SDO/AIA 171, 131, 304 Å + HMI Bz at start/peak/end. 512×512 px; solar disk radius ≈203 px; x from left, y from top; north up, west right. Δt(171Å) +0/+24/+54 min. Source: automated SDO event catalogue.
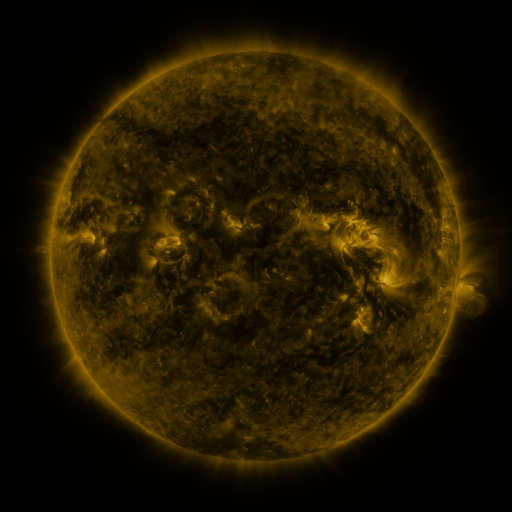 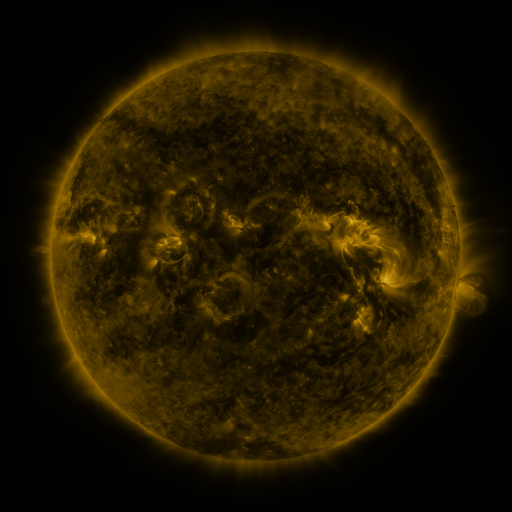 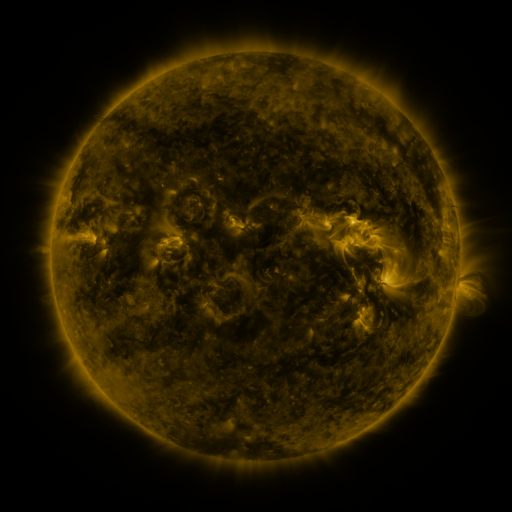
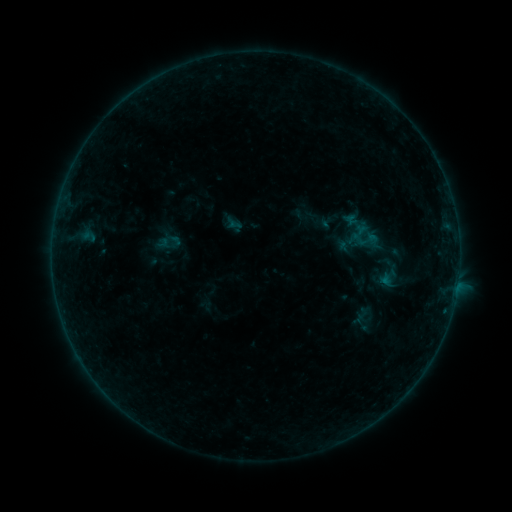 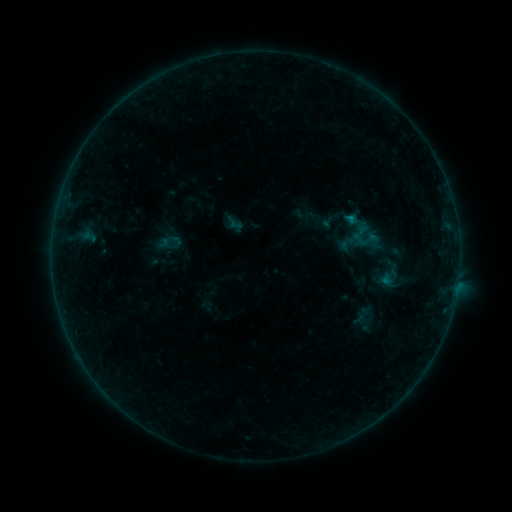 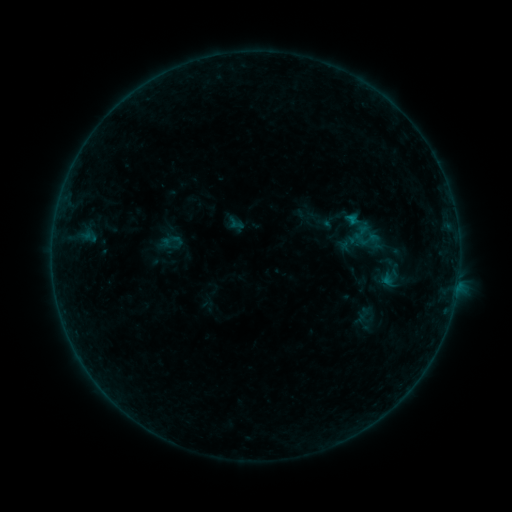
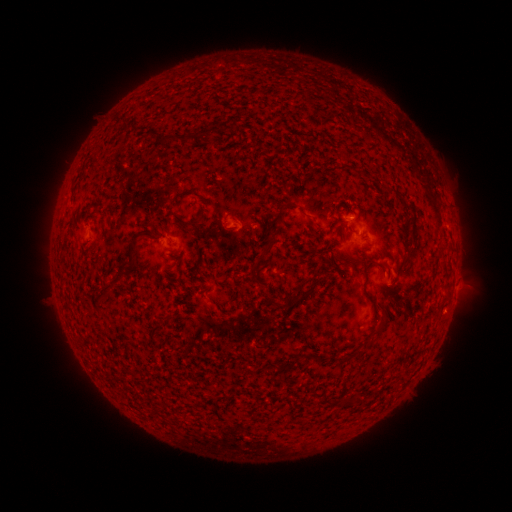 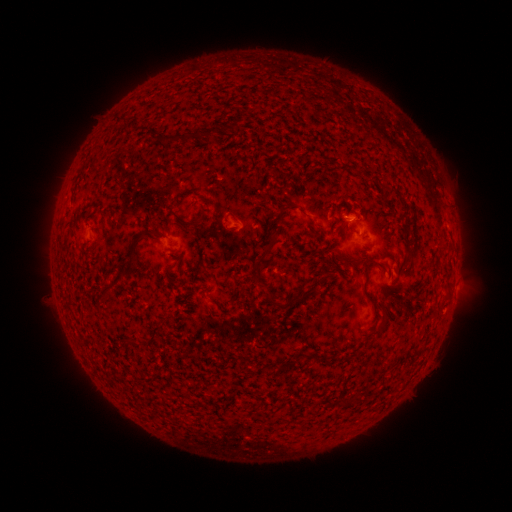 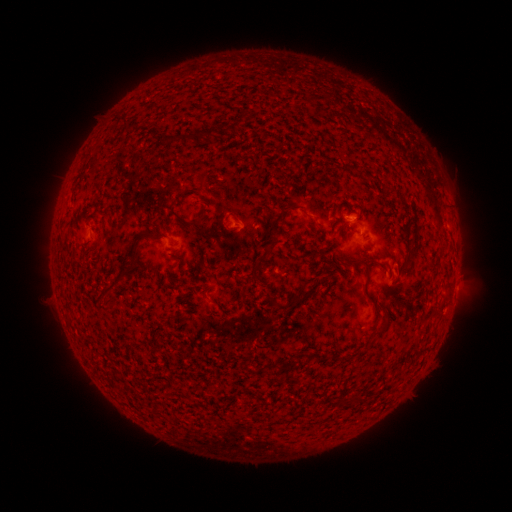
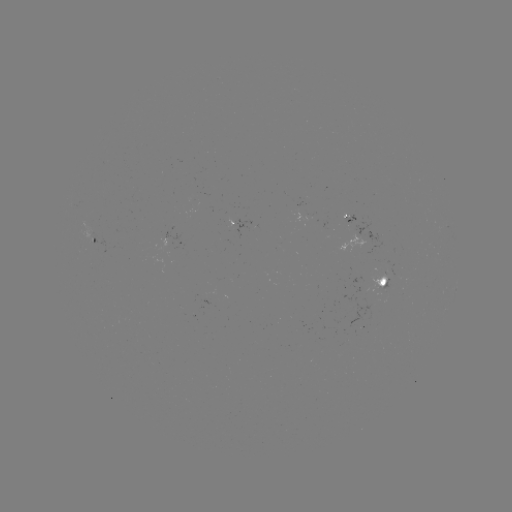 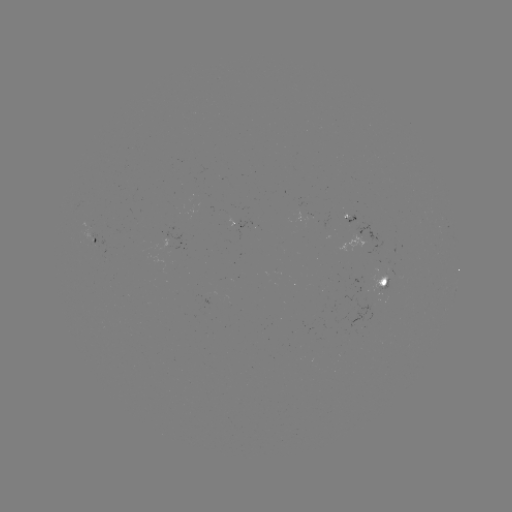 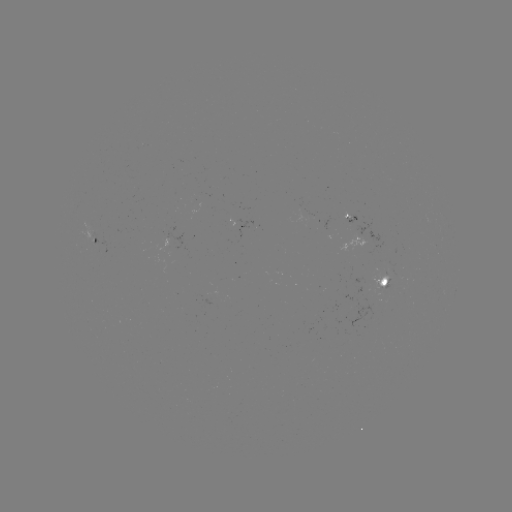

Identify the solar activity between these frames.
B2.3 flare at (350, 221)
